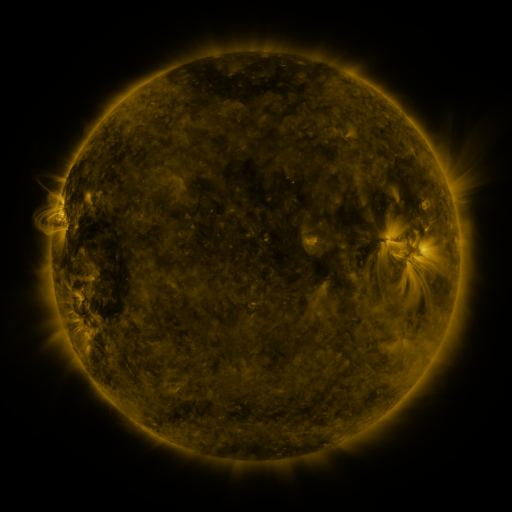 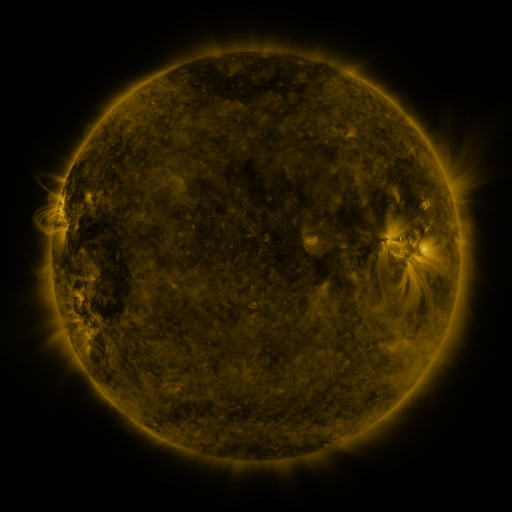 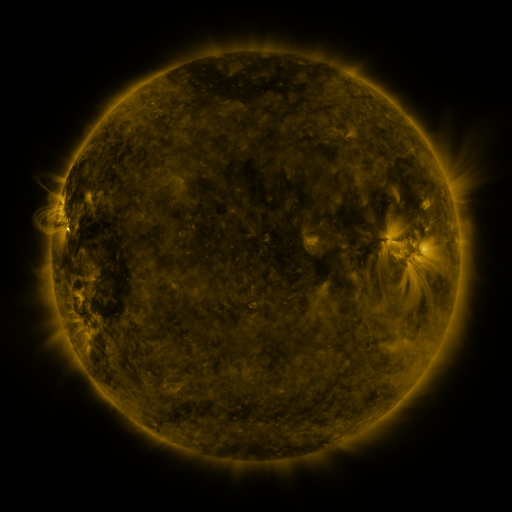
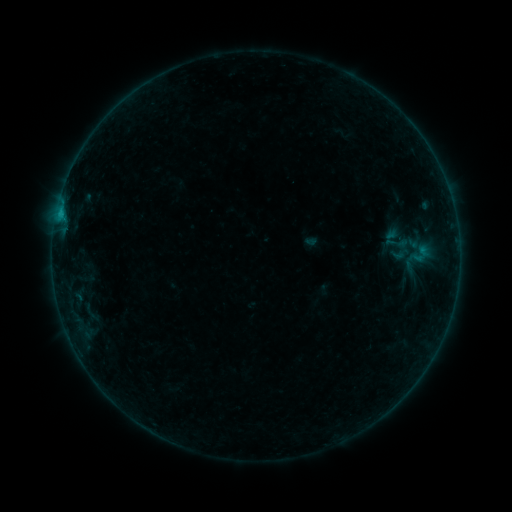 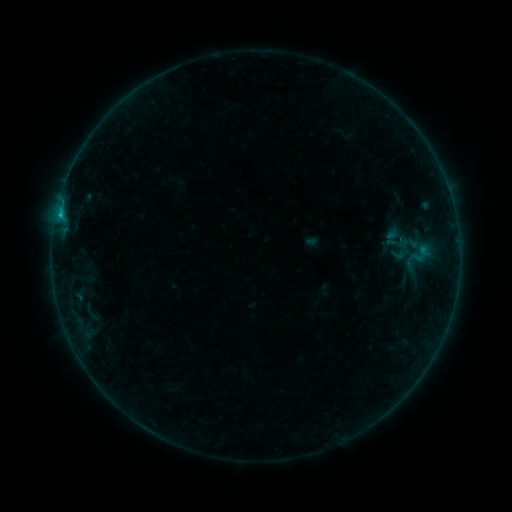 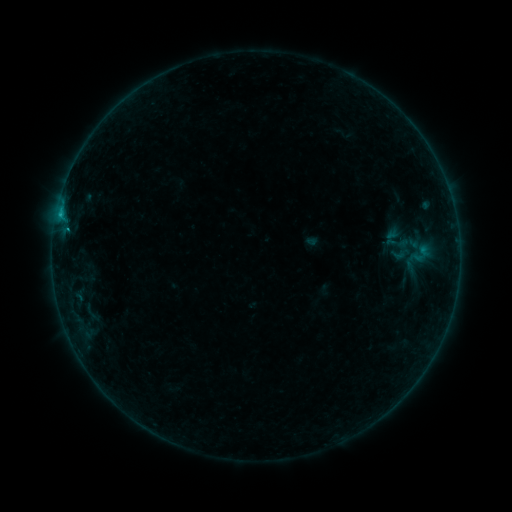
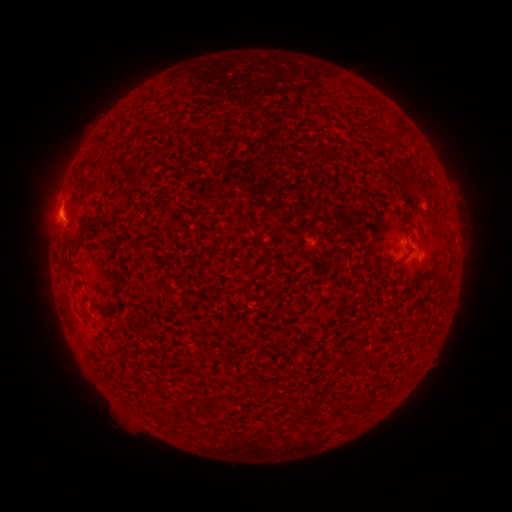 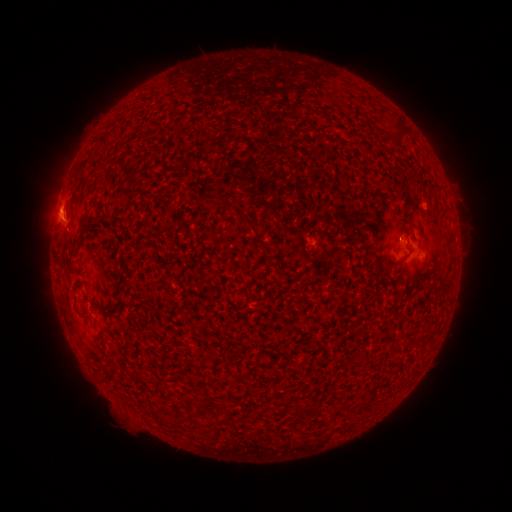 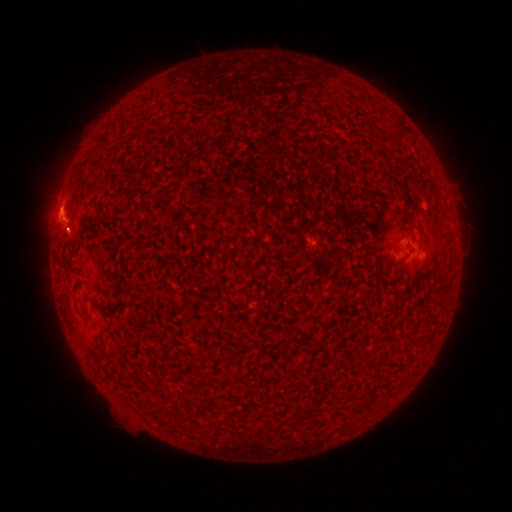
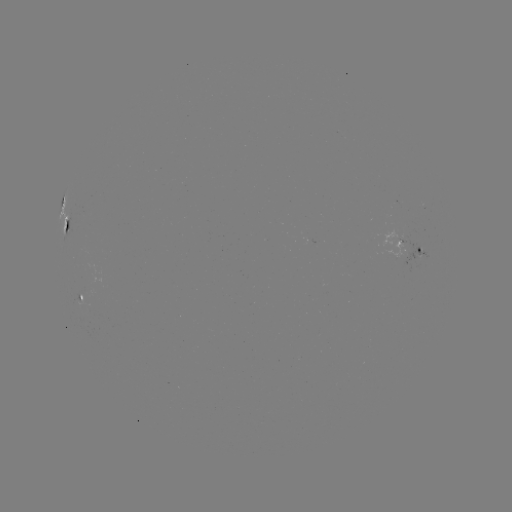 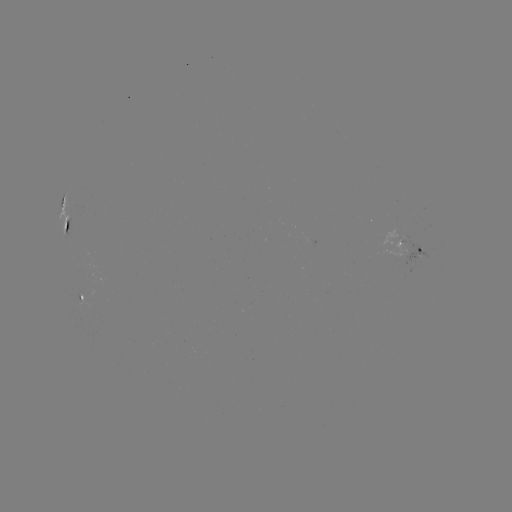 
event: flare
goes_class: B5.5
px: (60, 218)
